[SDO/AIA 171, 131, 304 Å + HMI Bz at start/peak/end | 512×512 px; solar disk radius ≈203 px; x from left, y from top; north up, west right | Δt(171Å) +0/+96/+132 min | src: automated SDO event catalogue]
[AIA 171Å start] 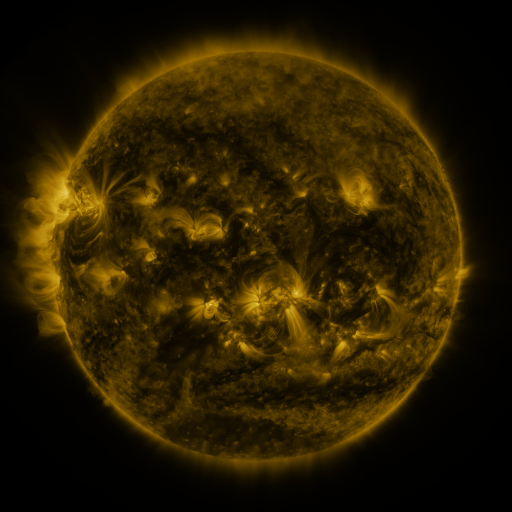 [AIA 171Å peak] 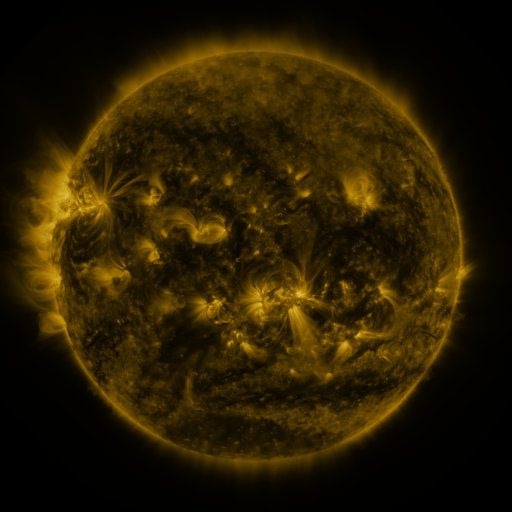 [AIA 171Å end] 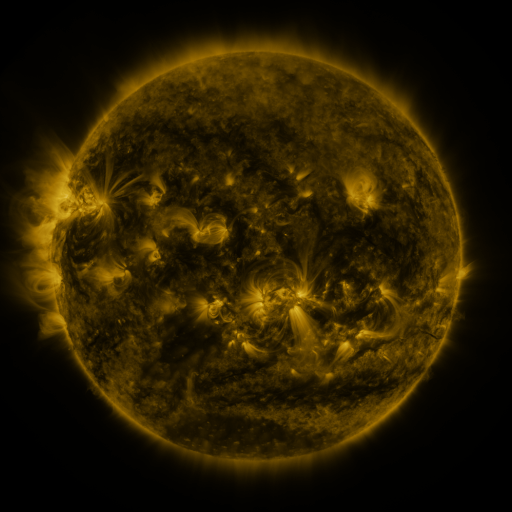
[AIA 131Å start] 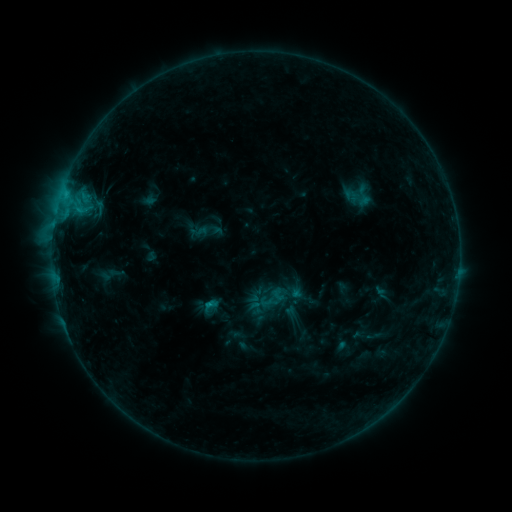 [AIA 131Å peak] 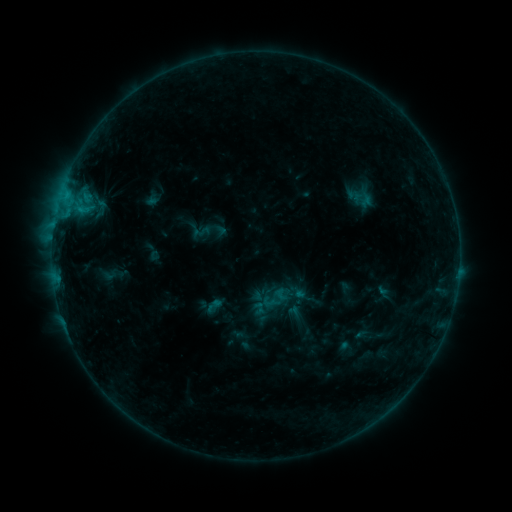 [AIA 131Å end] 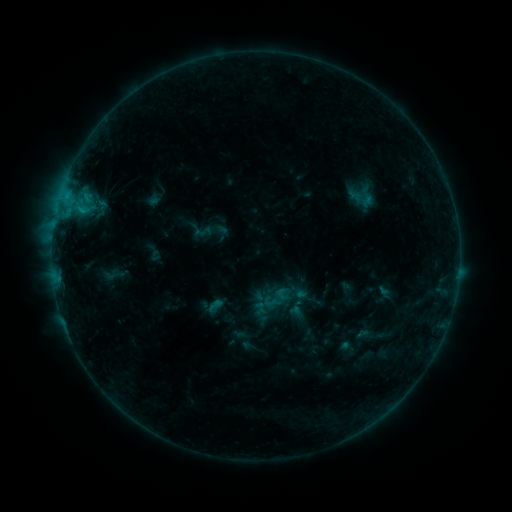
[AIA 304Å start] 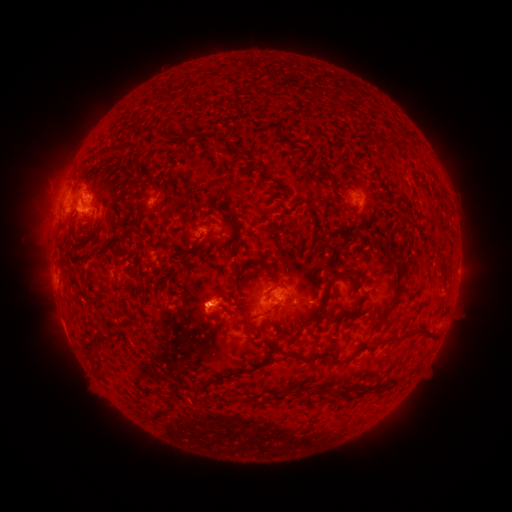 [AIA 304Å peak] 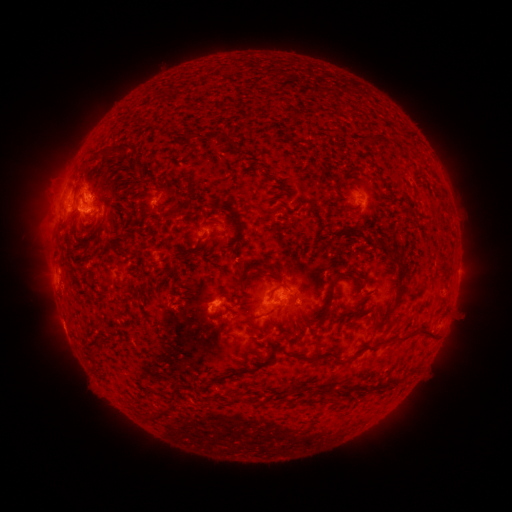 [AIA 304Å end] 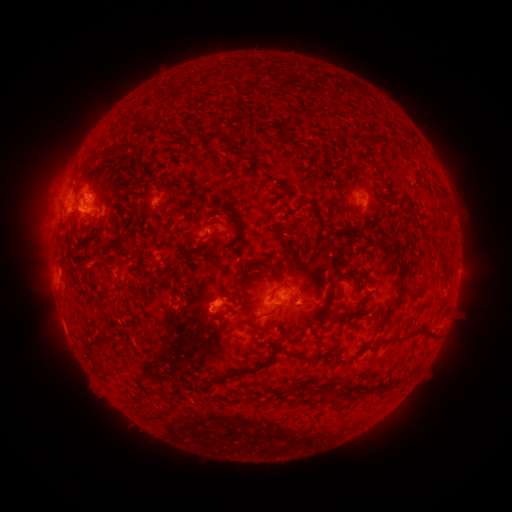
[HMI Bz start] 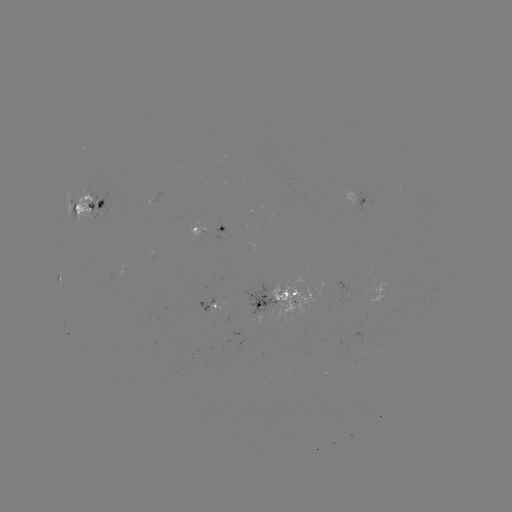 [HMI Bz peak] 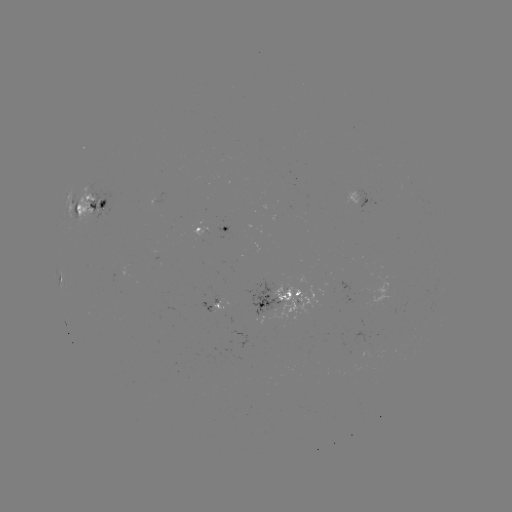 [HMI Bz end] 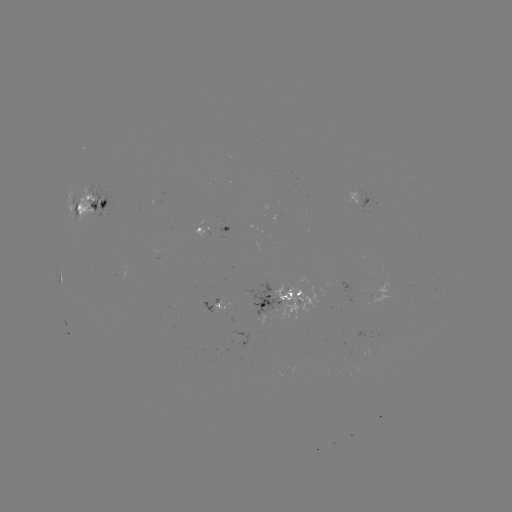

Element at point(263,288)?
emerging-flux region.